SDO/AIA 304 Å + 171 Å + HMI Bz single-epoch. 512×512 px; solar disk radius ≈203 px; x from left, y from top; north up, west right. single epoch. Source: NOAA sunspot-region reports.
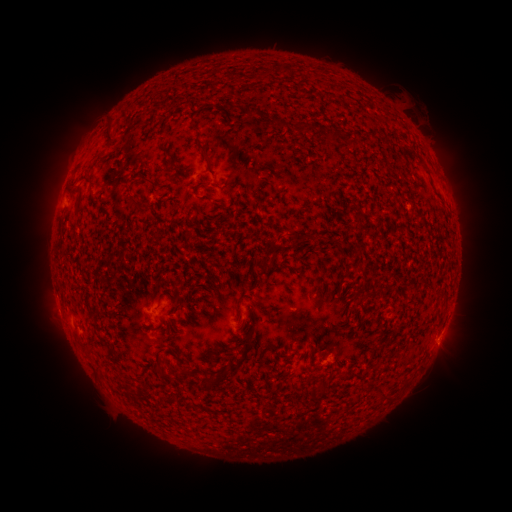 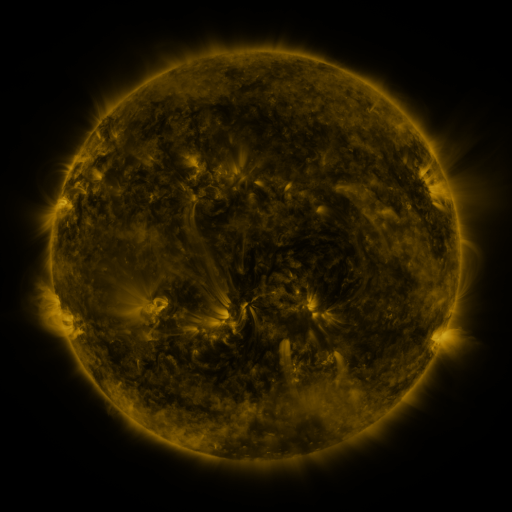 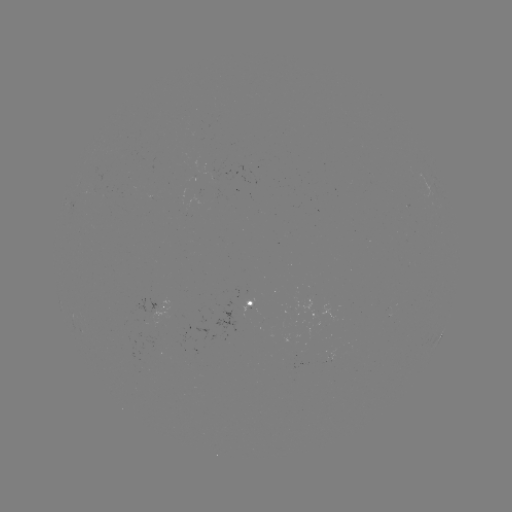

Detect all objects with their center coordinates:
spotted active region: (70, 201)
spotted active region: (163, 302)
spotted active region: (252, 302)
spotted active region: (441, 334)
